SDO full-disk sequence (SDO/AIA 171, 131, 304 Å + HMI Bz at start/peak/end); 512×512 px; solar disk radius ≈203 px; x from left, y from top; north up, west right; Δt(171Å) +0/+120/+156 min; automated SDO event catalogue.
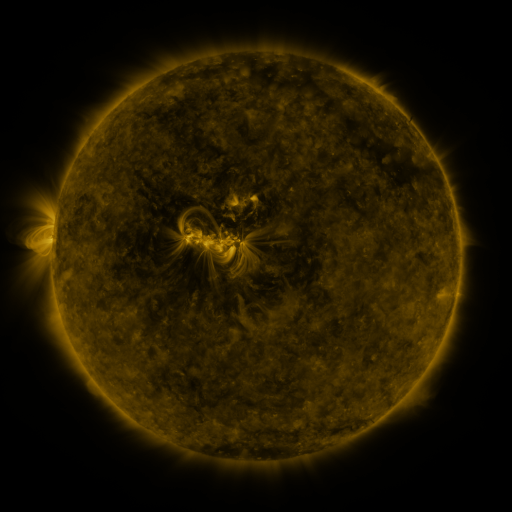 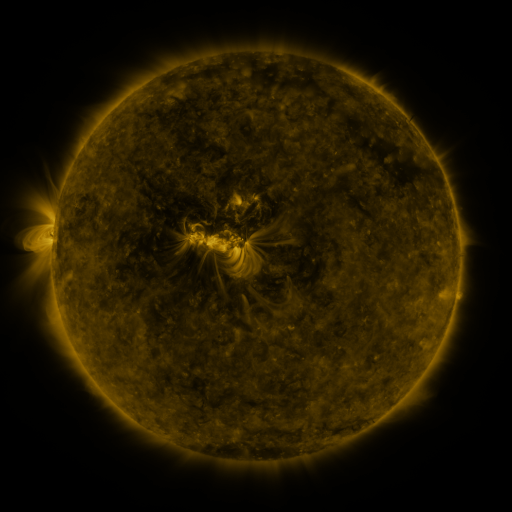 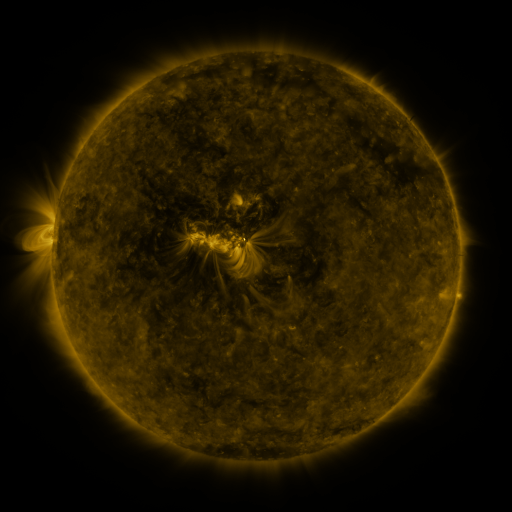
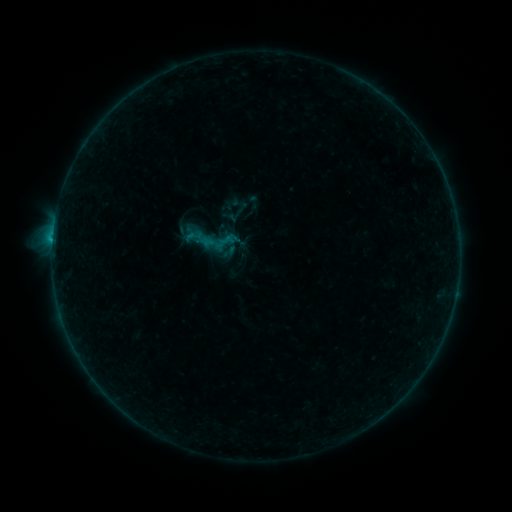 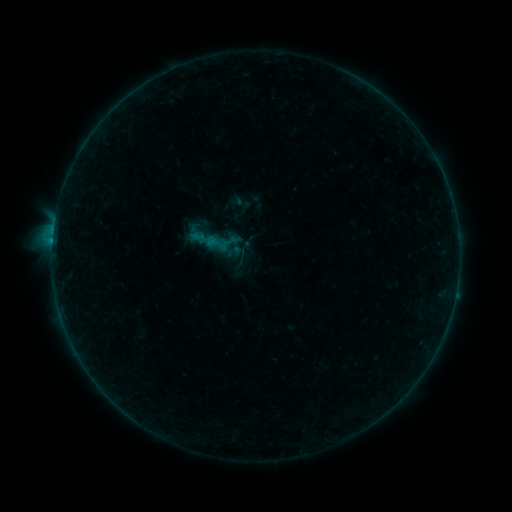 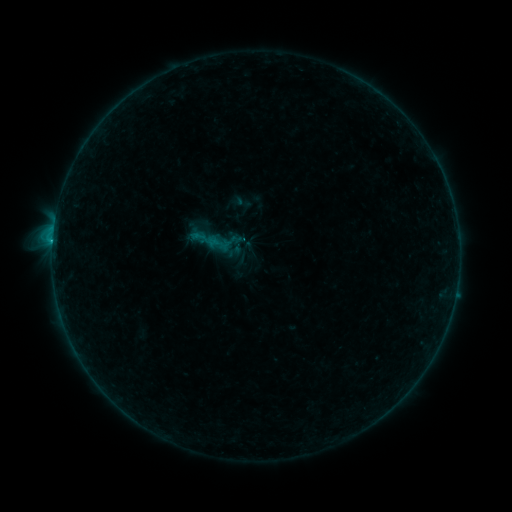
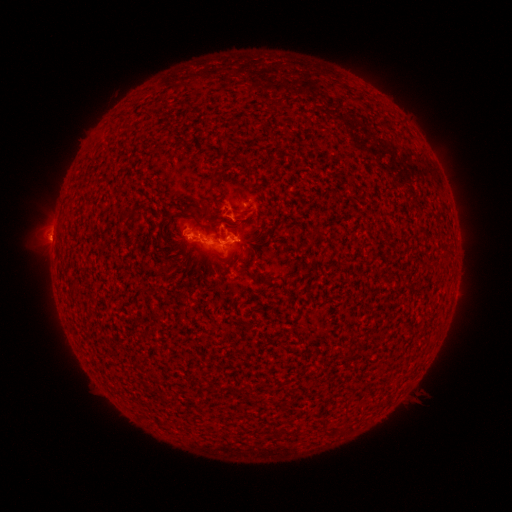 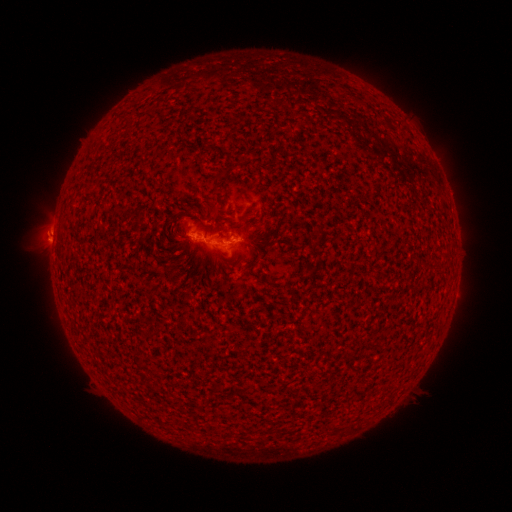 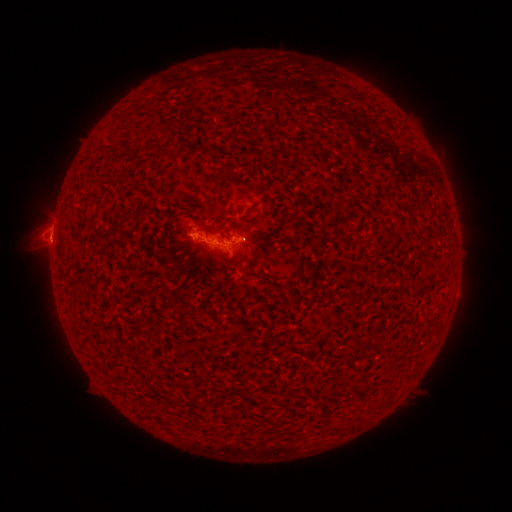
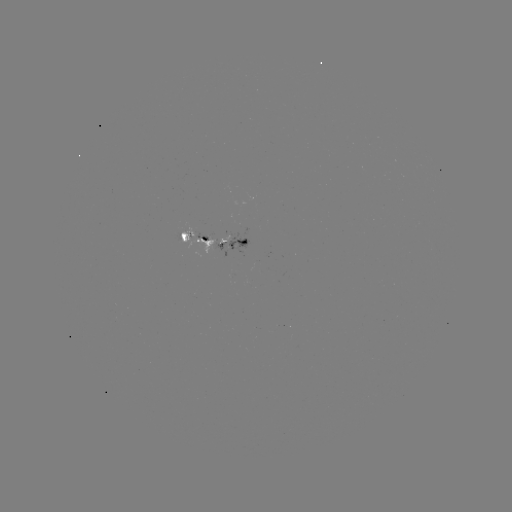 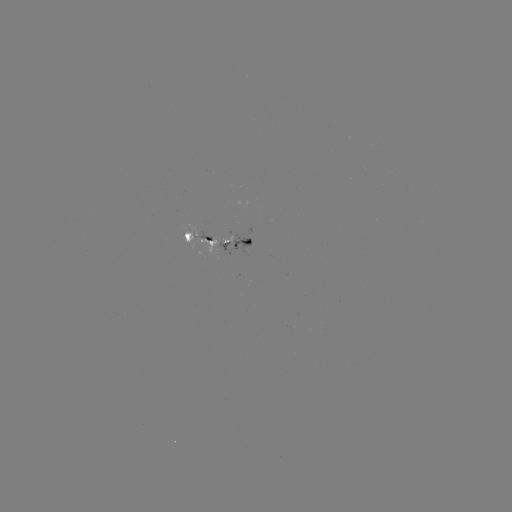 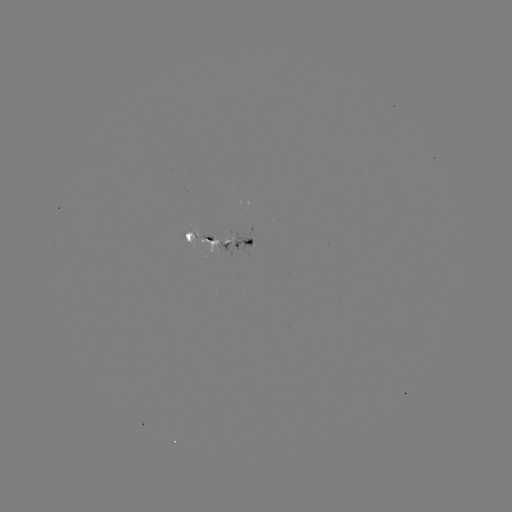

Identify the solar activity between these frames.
emerging-flux region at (183, 237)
